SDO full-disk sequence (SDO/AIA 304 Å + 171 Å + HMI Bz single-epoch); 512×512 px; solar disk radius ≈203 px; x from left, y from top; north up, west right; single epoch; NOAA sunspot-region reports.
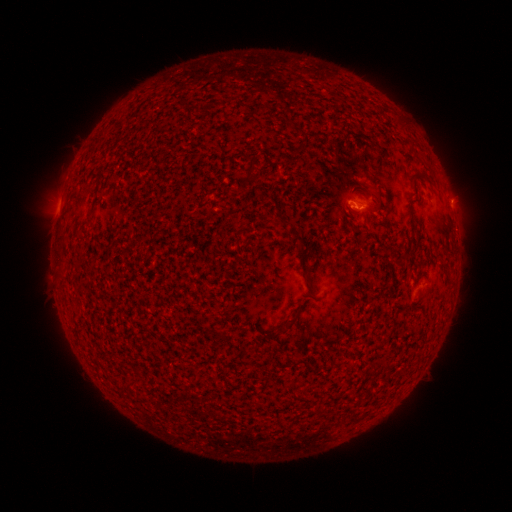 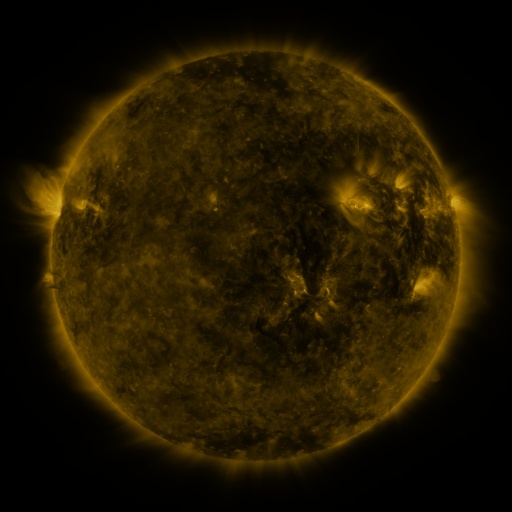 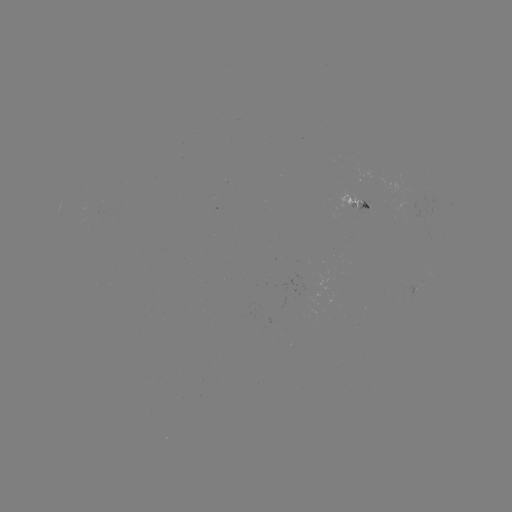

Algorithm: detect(spotted active region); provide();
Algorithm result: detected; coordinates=361,206